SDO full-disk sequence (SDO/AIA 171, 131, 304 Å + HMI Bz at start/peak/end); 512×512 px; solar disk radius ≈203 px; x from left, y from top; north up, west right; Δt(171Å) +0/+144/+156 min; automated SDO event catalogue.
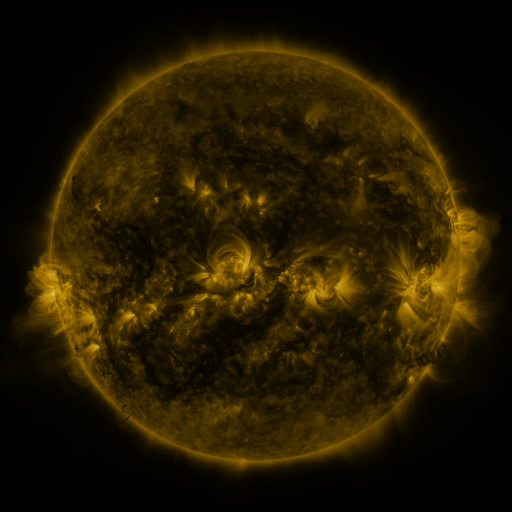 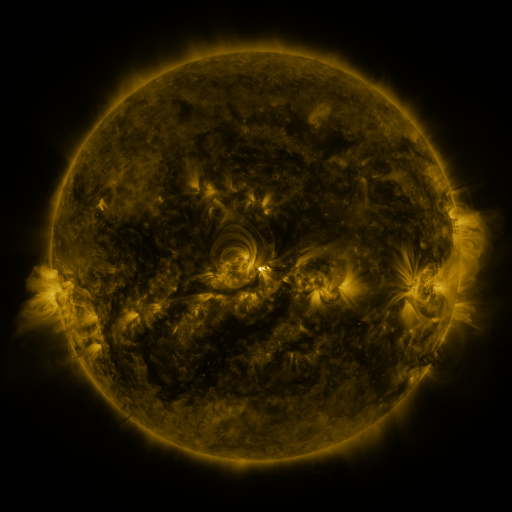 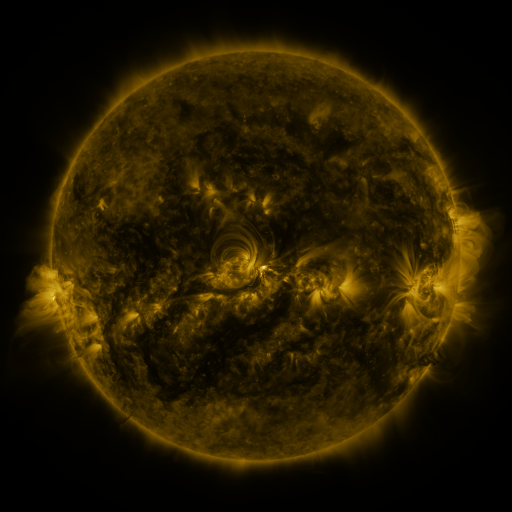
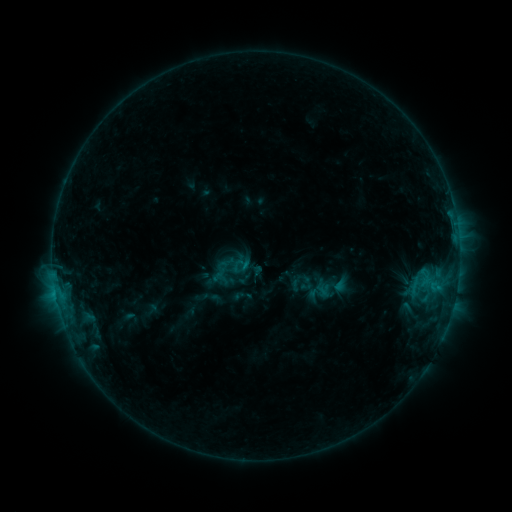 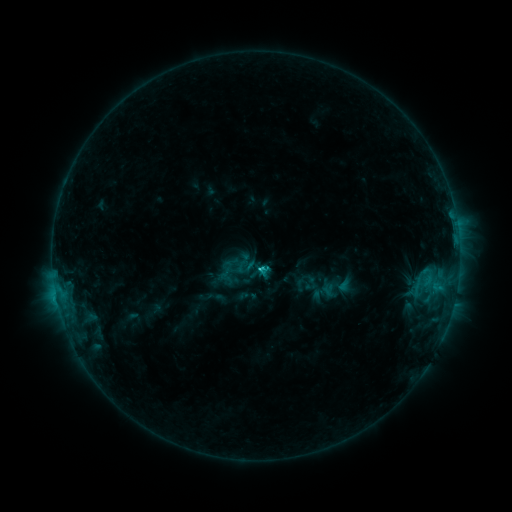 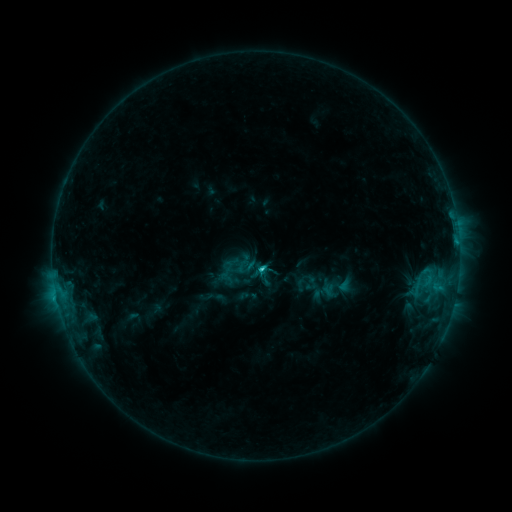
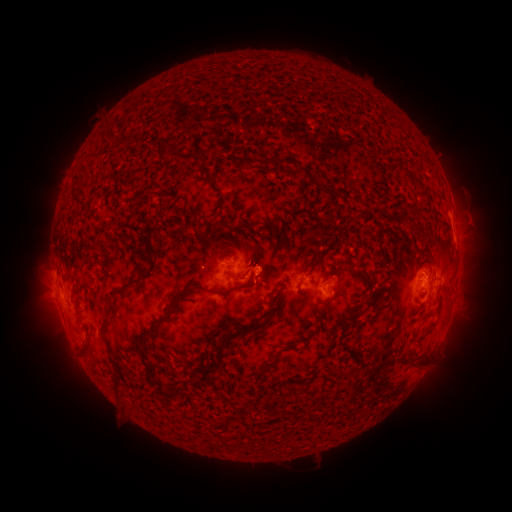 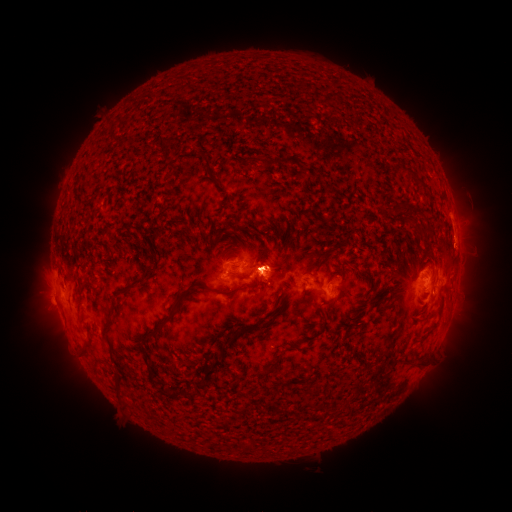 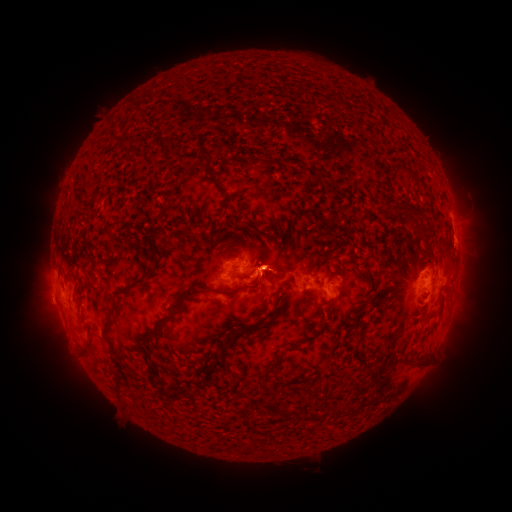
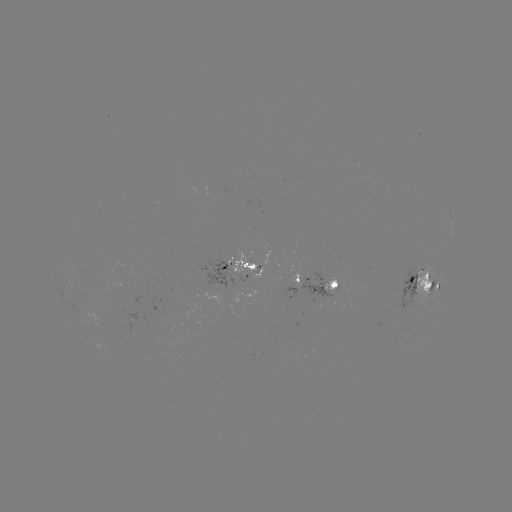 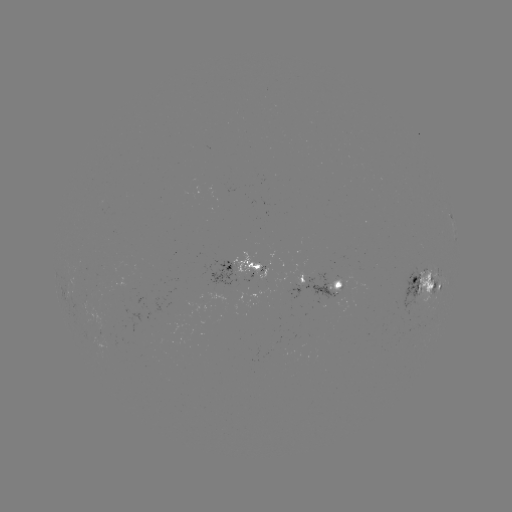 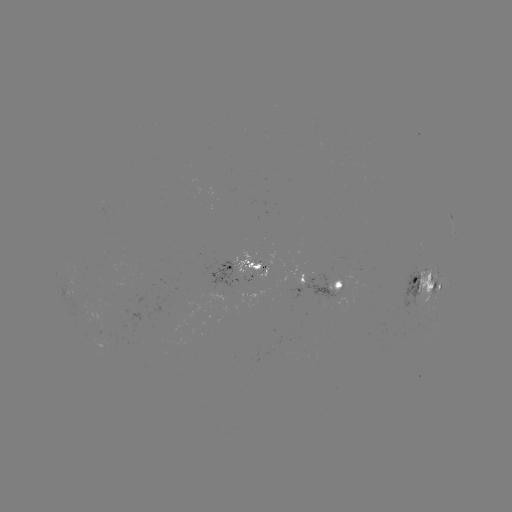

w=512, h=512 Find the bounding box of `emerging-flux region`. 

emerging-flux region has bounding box [401, 266, 420, 312].